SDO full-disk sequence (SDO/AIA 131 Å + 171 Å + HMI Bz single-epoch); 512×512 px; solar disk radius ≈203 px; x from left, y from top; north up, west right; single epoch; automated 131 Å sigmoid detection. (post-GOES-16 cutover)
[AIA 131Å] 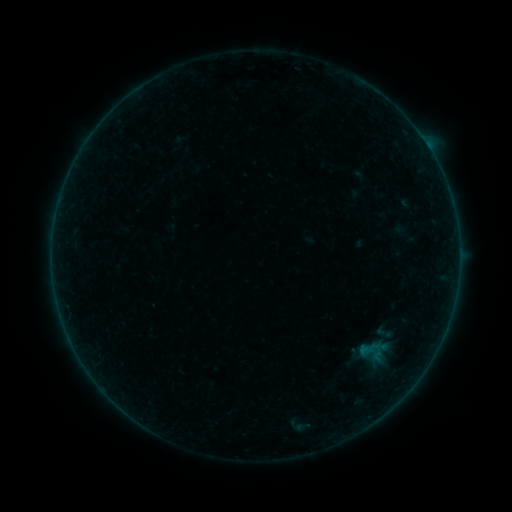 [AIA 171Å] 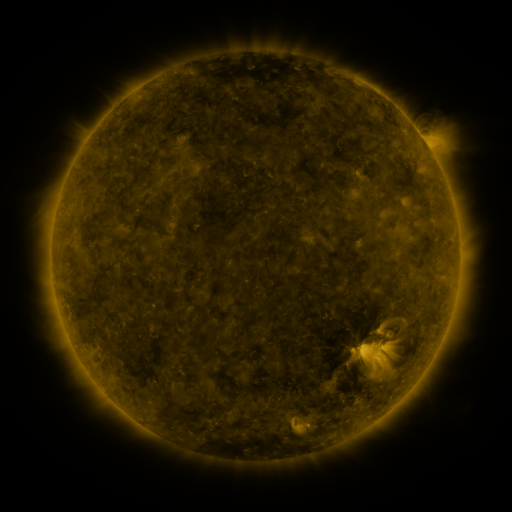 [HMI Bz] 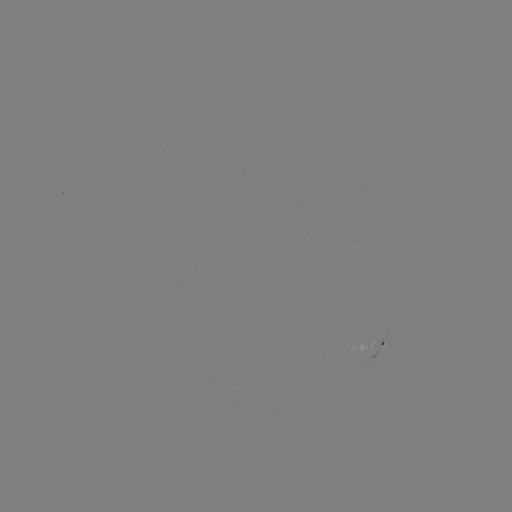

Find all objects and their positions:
sigmoid: (374, 323, 393, 342)
